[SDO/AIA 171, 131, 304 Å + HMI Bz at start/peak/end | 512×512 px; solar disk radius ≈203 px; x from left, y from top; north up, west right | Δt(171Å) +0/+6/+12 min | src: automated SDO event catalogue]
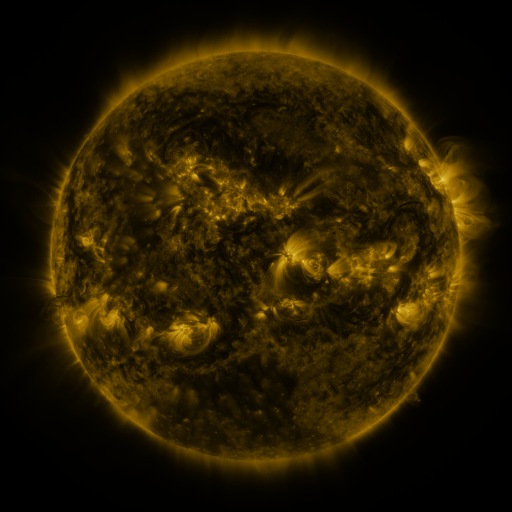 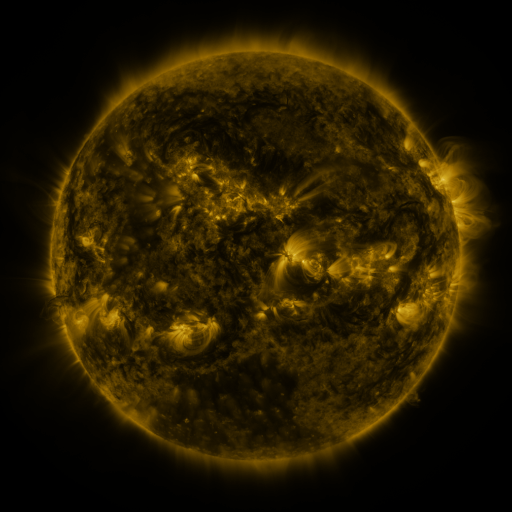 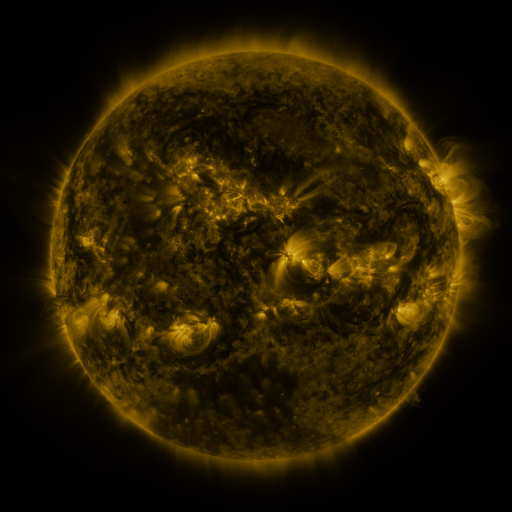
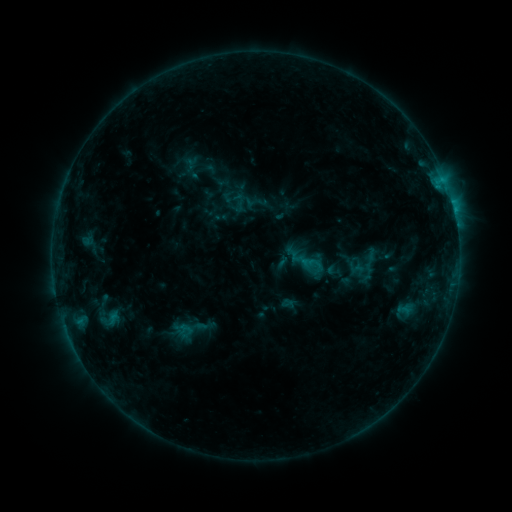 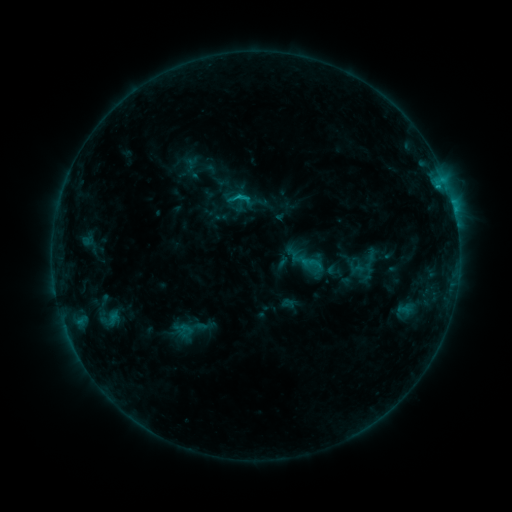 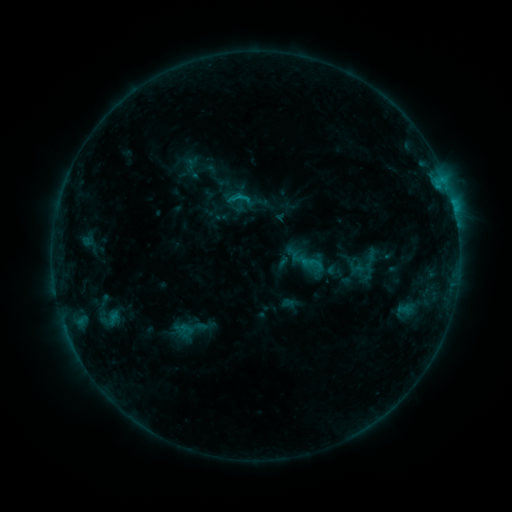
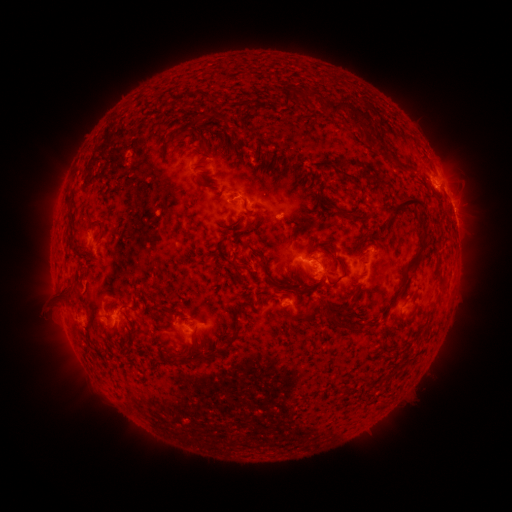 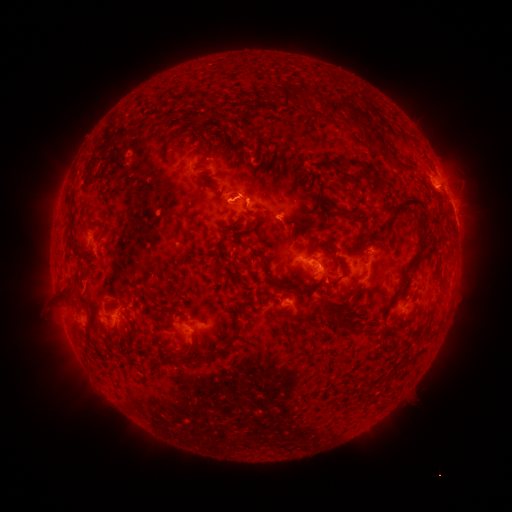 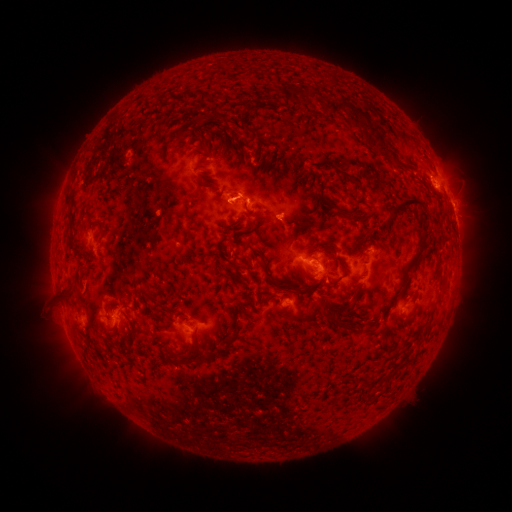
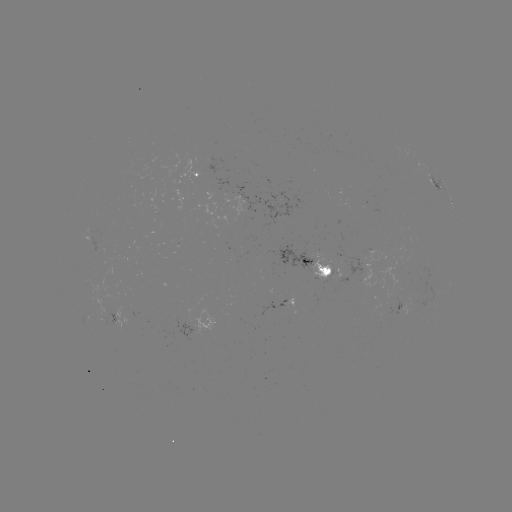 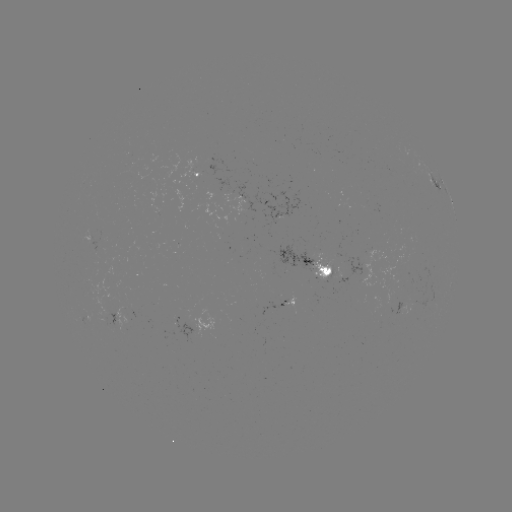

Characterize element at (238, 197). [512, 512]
C1.3 flare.